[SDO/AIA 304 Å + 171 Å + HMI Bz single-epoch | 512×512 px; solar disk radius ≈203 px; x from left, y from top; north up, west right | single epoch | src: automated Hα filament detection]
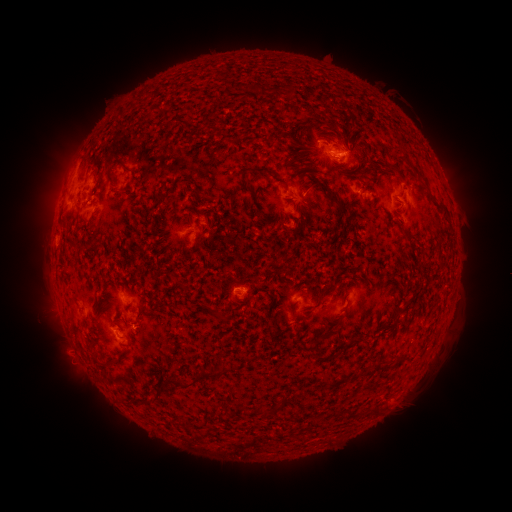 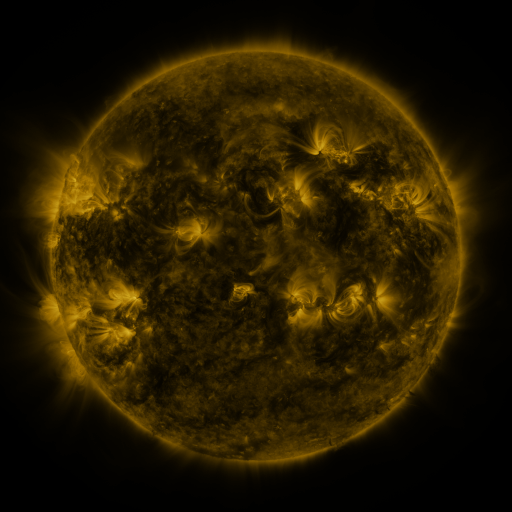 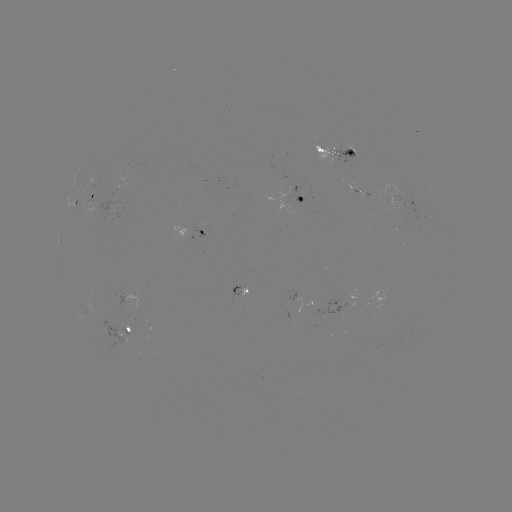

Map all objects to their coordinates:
filament: (346, 148, 356, 158)
filament: (251, 166, 272, 175)
filament: (107, 169, 115, 184)
filament: (282, 179, 293, 188)
filament: (326, 190, 347, 216)
filament: (403, 234, 417, 243)
filament: (212, 307, 228, 322)
filament: (322, 328, 338, 337)
filament: (352, 337, 365, 344)
filament: (105, 356, 115, 368)
filament: (195, 364, 226, 379)
filament: (350, 368, 368, 380)
filament: (159, 374, 187, 388)
filament: (260, 407, 268, 418)
